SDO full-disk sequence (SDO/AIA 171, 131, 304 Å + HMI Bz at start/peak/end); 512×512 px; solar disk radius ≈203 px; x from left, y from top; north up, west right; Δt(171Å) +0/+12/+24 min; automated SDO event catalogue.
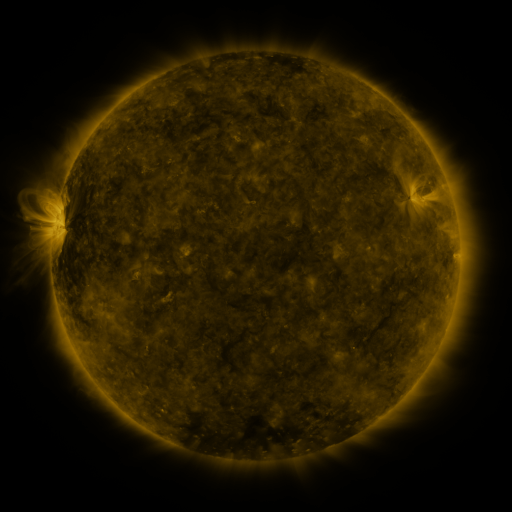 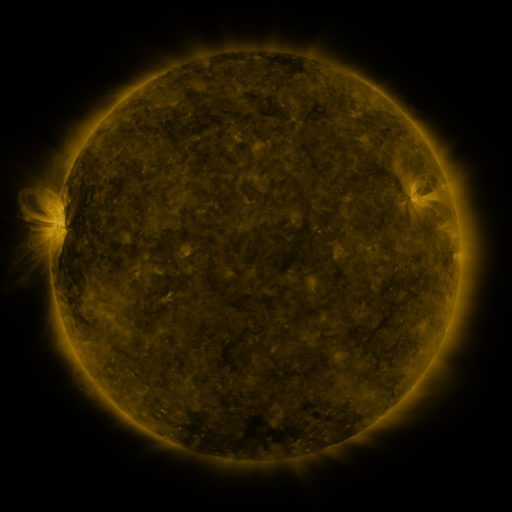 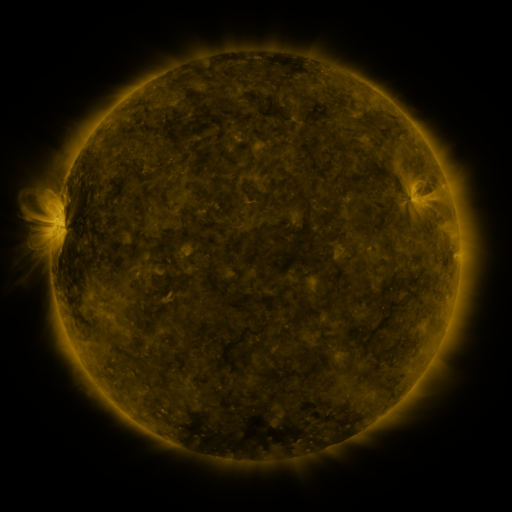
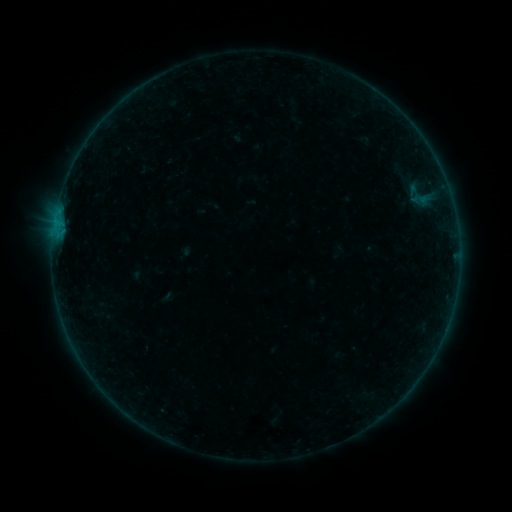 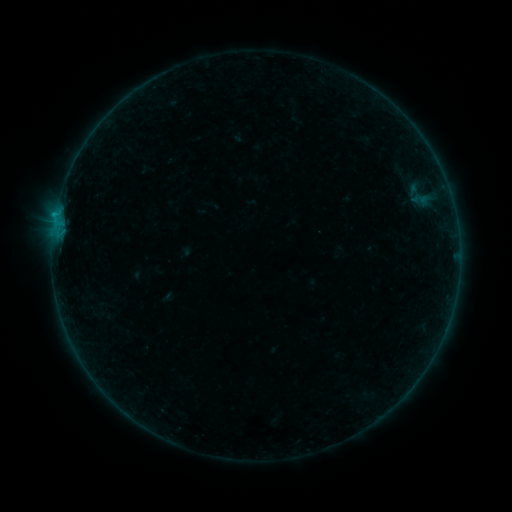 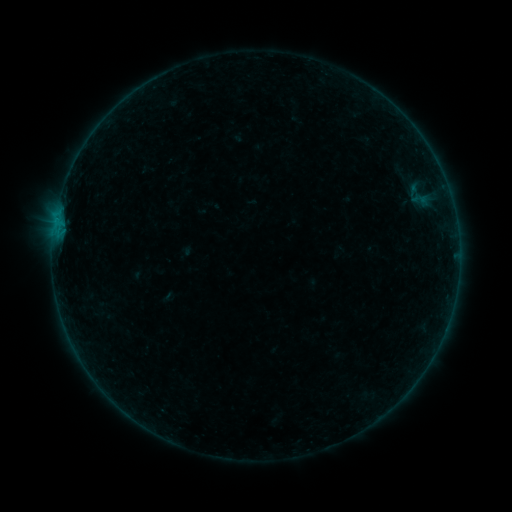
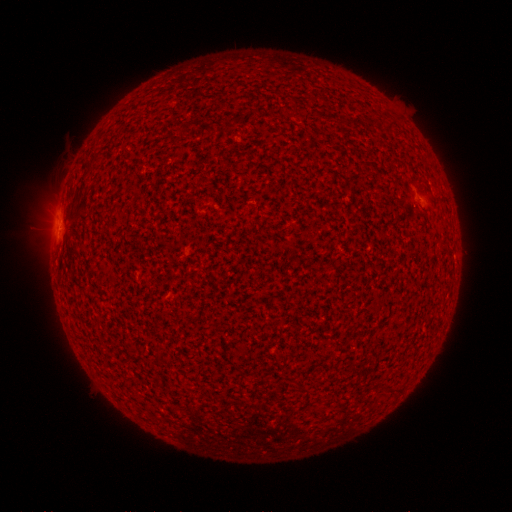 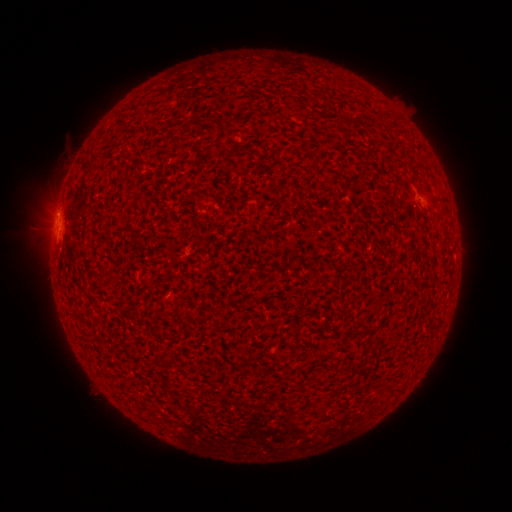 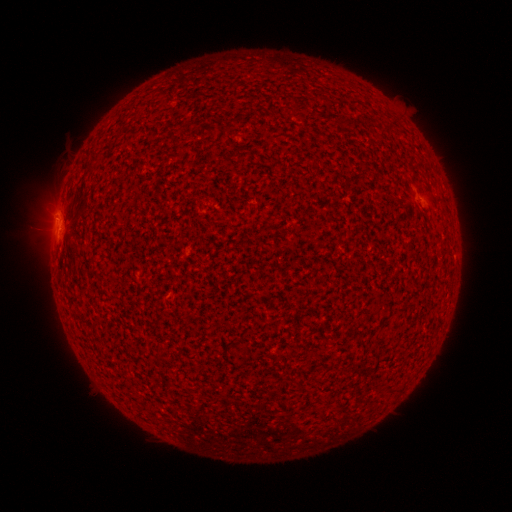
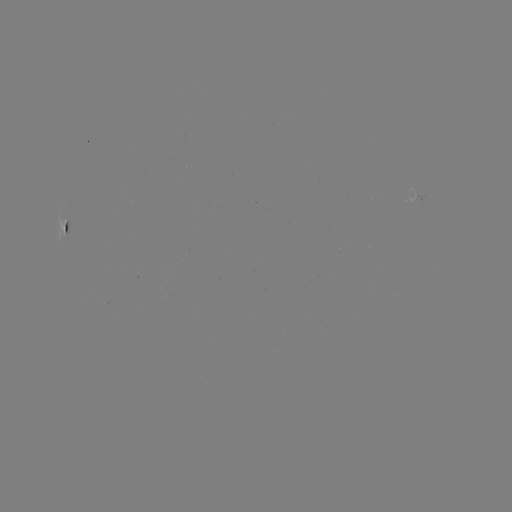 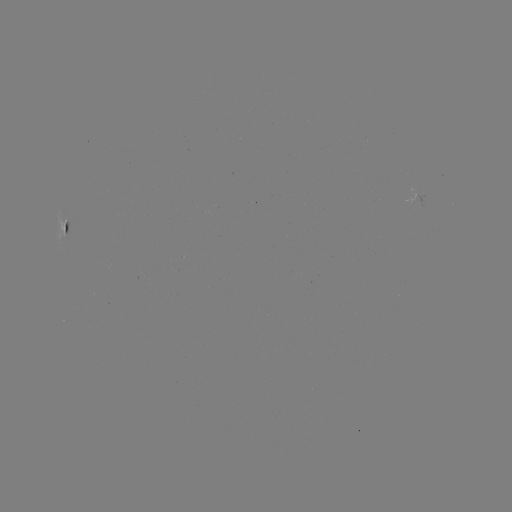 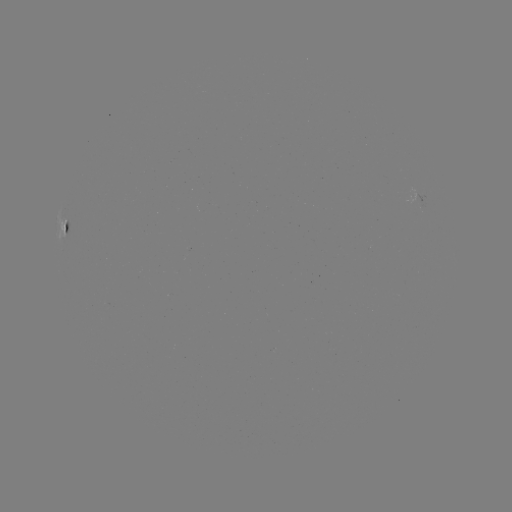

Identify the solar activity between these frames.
B2.7 flare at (56, 216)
